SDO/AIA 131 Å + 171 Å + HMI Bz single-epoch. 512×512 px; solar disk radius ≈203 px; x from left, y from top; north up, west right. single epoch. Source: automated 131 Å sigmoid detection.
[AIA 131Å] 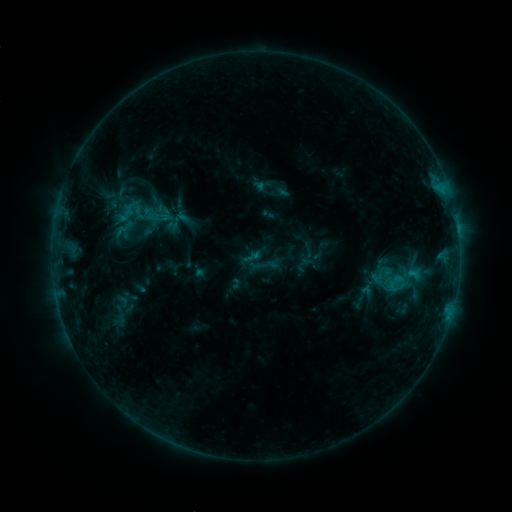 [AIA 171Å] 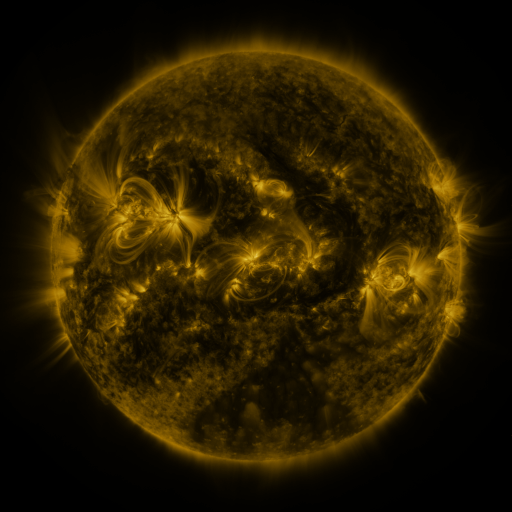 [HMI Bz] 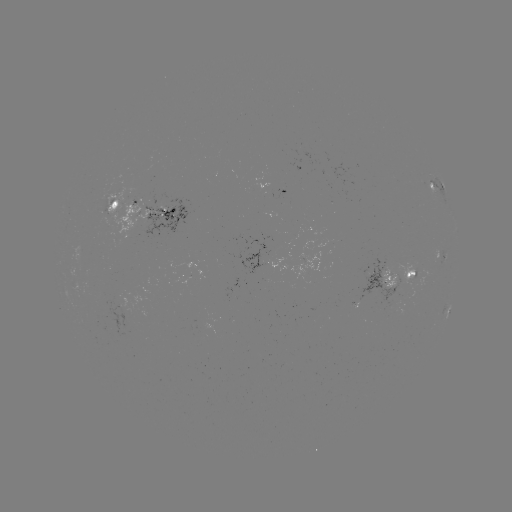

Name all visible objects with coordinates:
sigmoid: (142, 206, 161, 224)
sigmoid: (242, 246, 264, 268)
